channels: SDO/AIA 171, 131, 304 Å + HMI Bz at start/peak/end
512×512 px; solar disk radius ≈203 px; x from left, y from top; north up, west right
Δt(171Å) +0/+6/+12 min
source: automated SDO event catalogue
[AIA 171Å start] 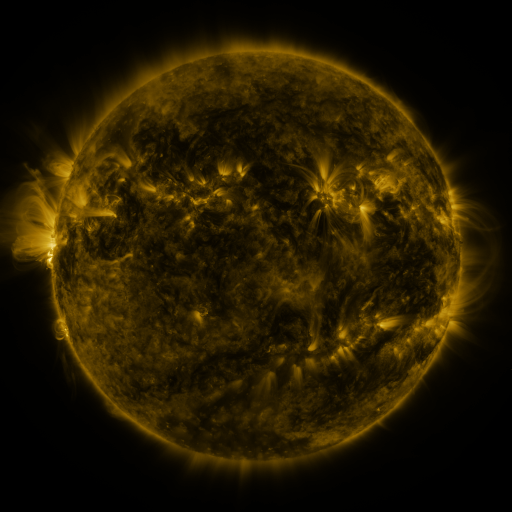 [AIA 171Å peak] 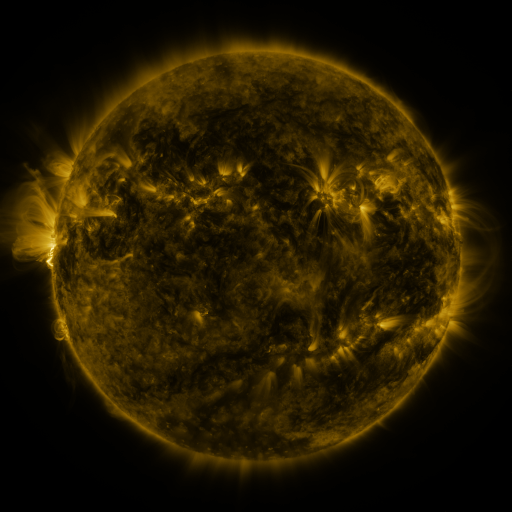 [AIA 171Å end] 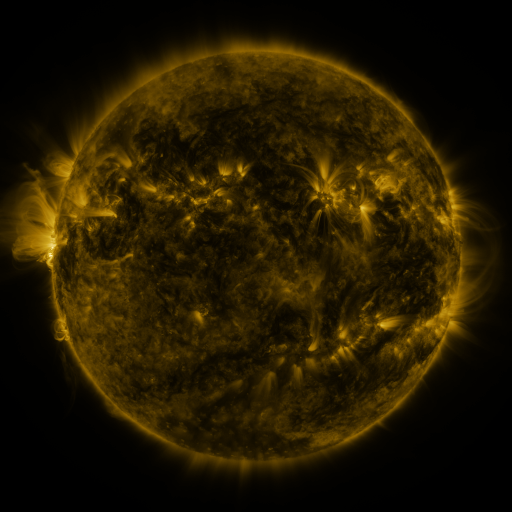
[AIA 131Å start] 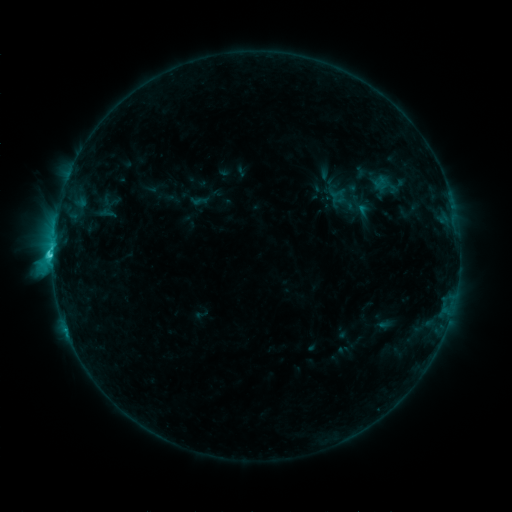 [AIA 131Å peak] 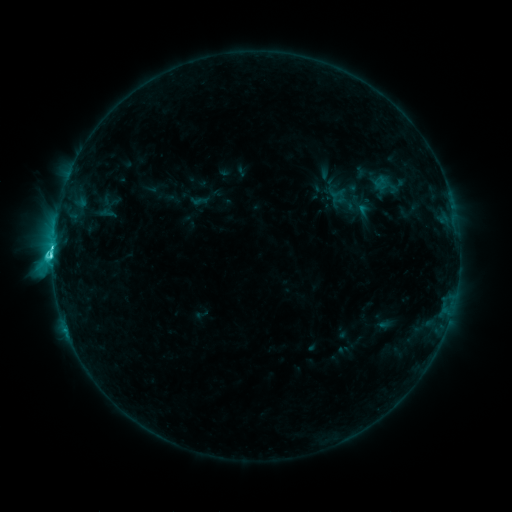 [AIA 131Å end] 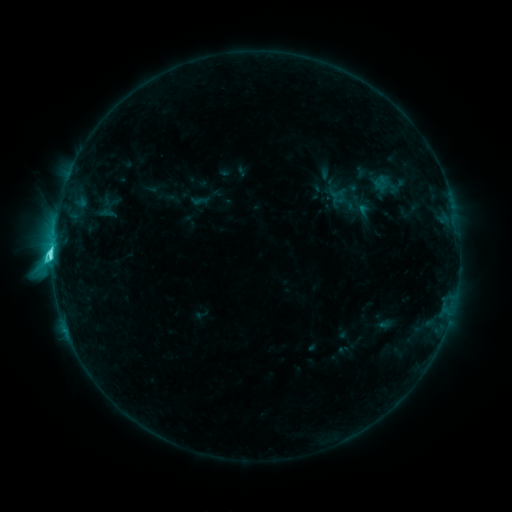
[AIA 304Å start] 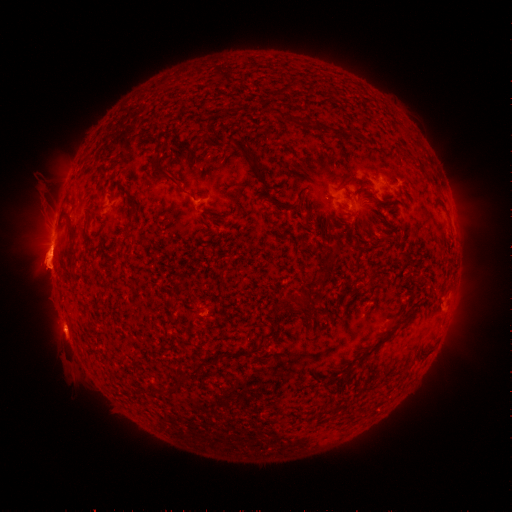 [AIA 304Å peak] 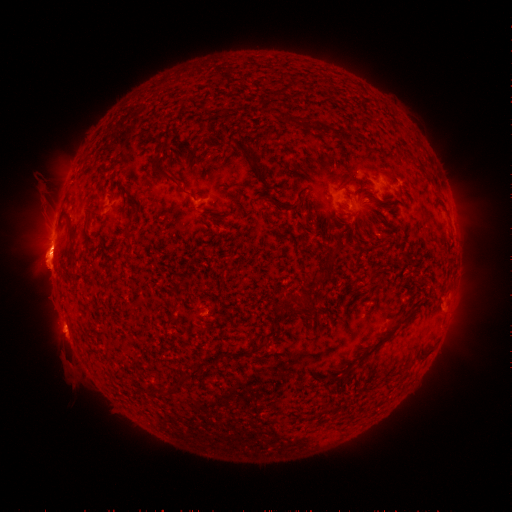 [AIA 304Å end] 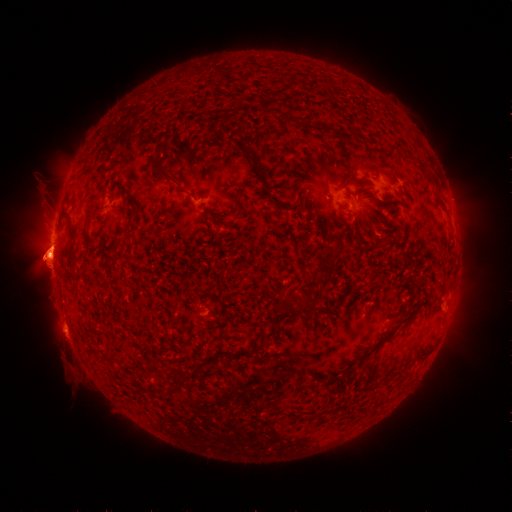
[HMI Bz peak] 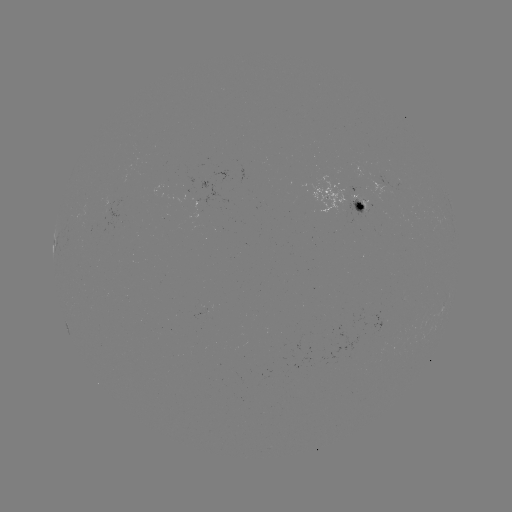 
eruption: <bbox>11, 231, 90, 286</bbox>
